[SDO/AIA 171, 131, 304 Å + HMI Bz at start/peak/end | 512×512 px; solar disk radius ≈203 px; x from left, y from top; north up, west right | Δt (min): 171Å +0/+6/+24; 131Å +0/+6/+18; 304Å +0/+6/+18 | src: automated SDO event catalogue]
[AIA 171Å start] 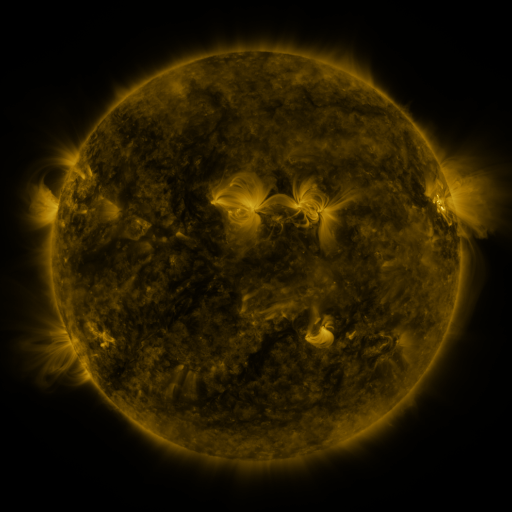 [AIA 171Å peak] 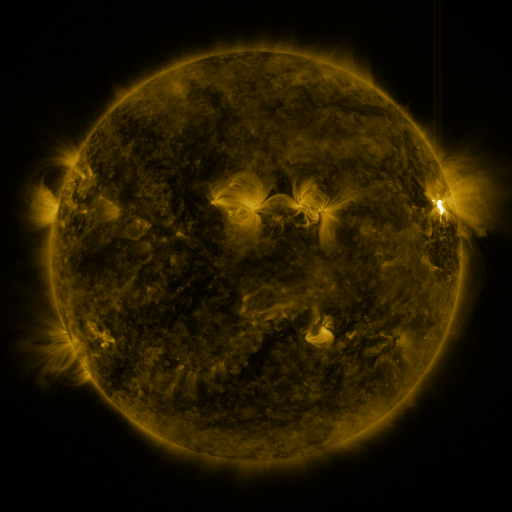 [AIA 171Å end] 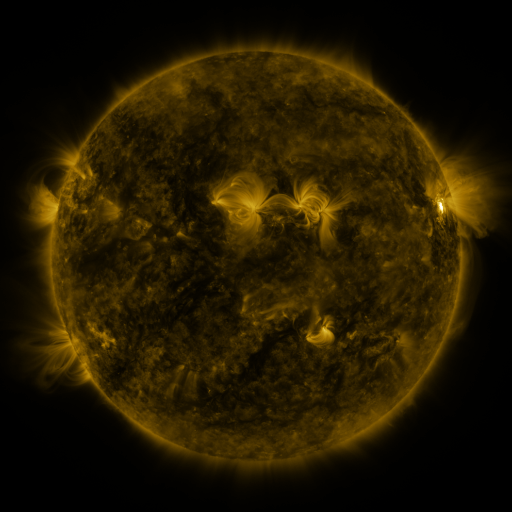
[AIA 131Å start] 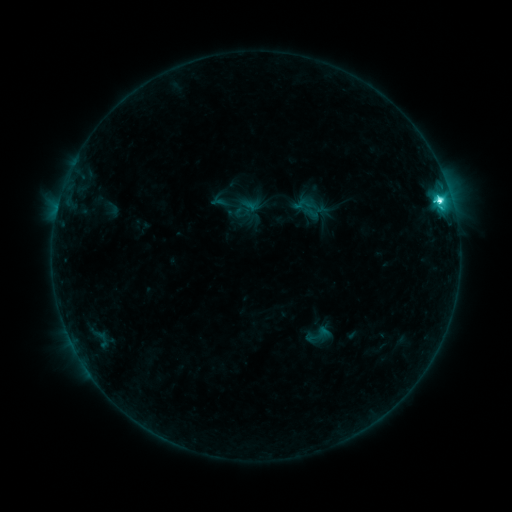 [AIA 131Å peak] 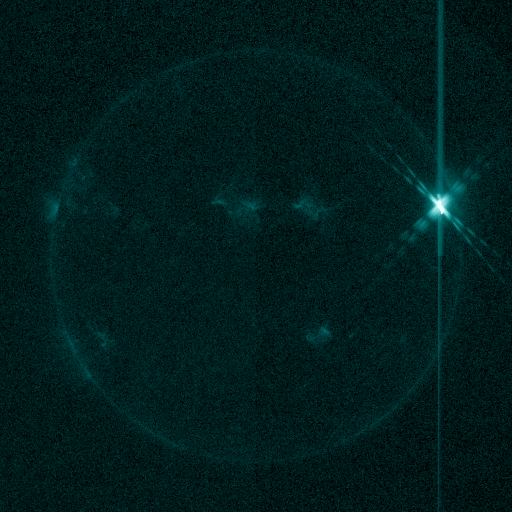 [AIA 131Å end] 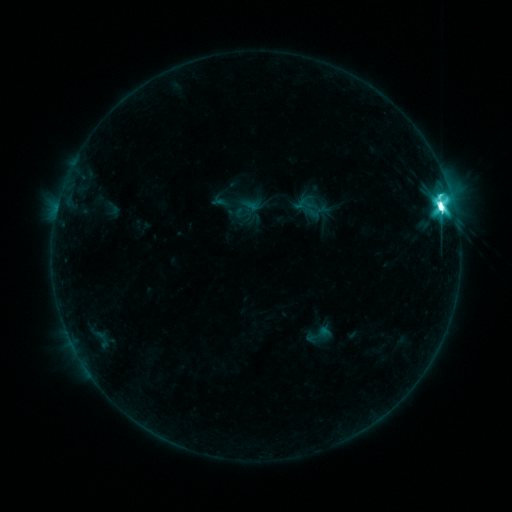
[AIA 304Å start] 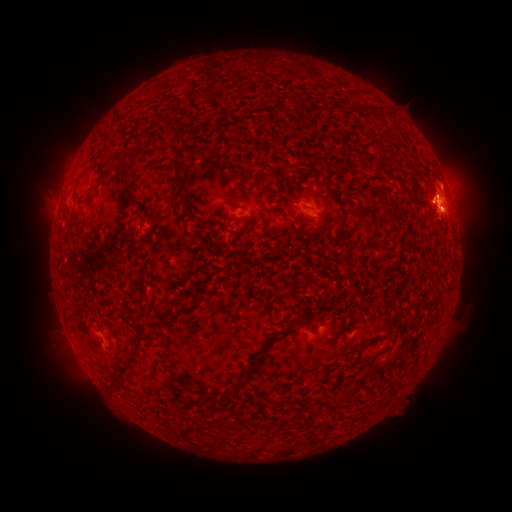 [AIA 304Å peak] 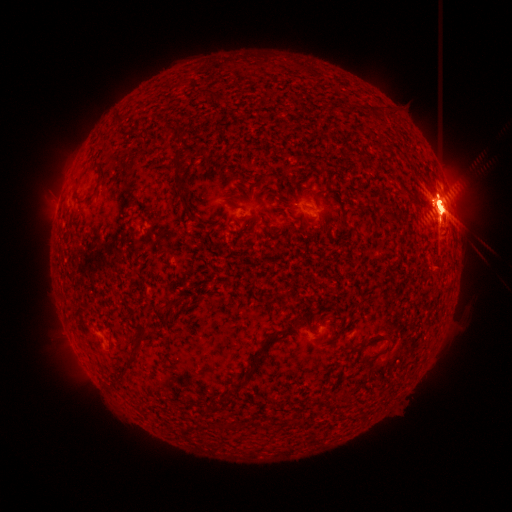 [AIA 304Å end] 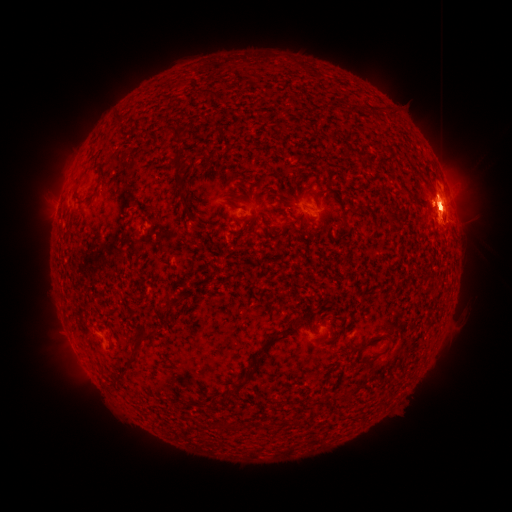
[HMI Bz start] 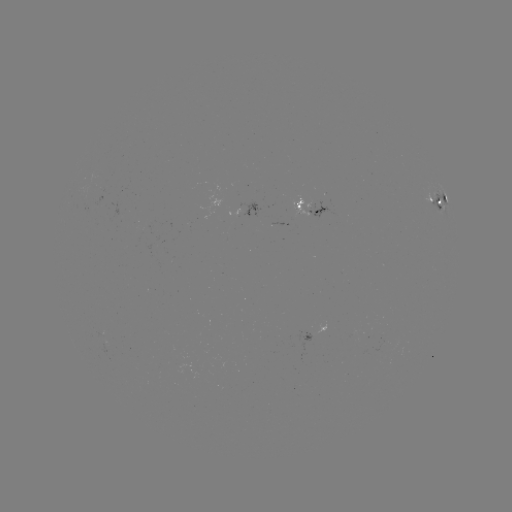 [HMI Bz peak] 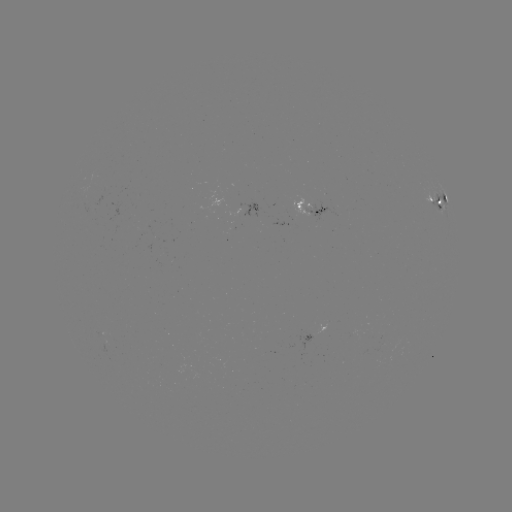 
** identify eruption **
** (449, 286) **